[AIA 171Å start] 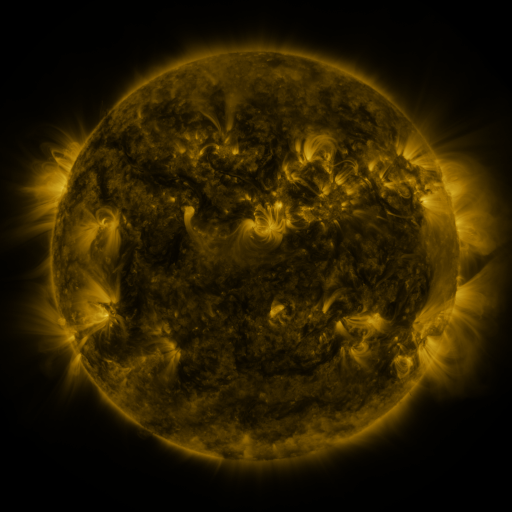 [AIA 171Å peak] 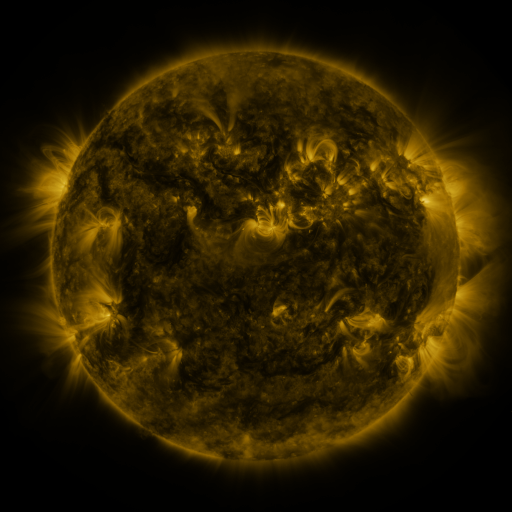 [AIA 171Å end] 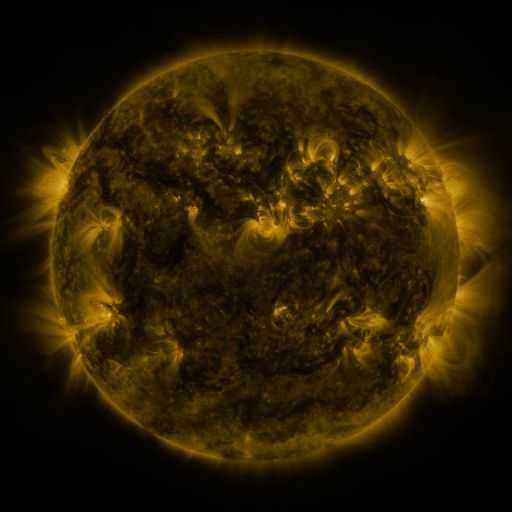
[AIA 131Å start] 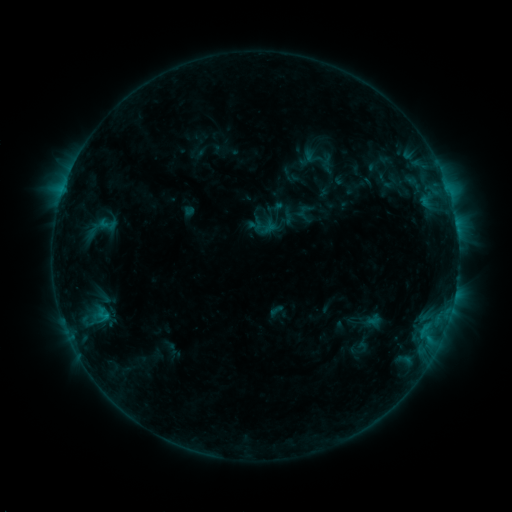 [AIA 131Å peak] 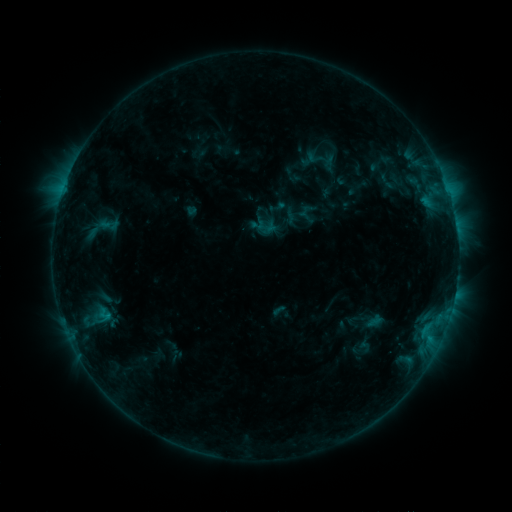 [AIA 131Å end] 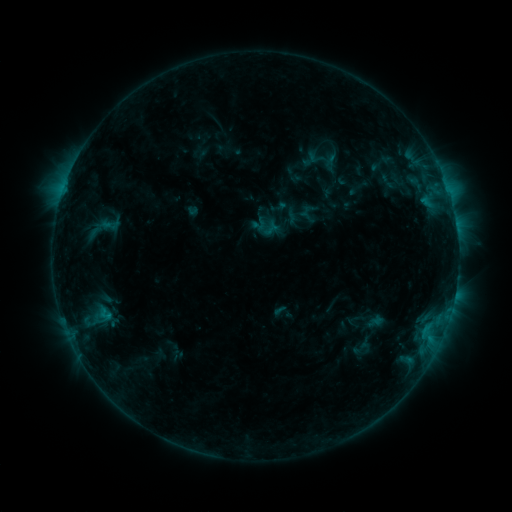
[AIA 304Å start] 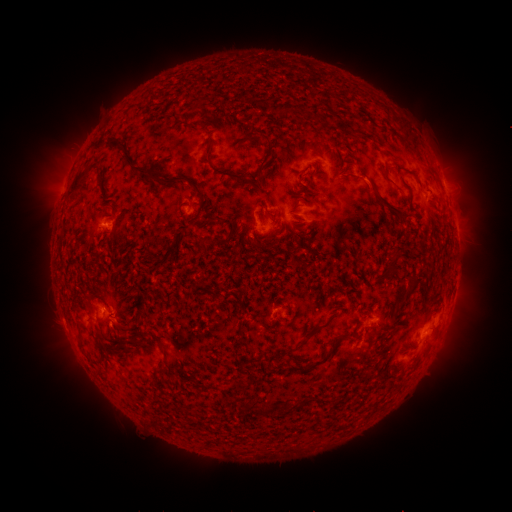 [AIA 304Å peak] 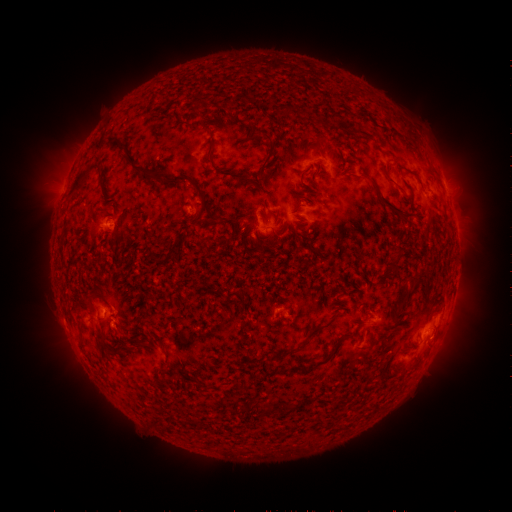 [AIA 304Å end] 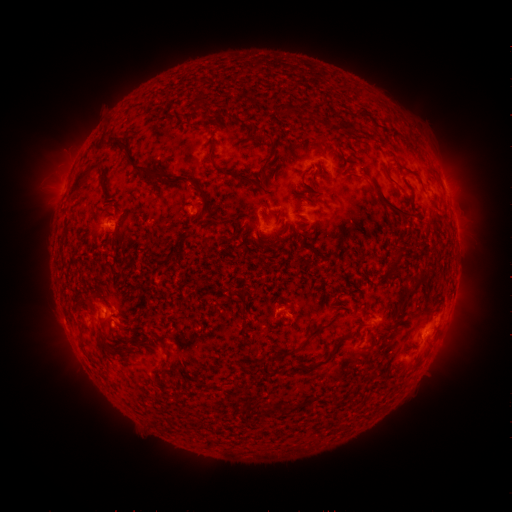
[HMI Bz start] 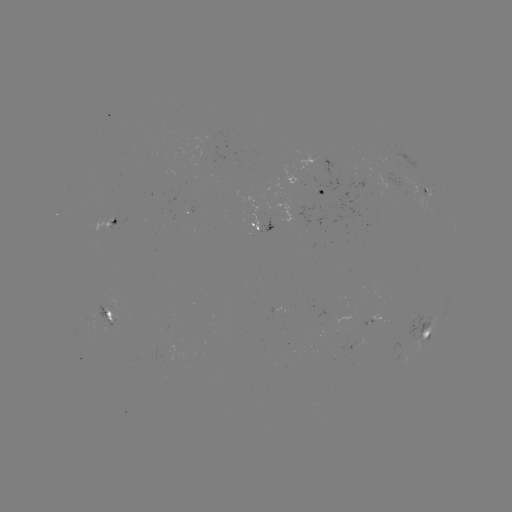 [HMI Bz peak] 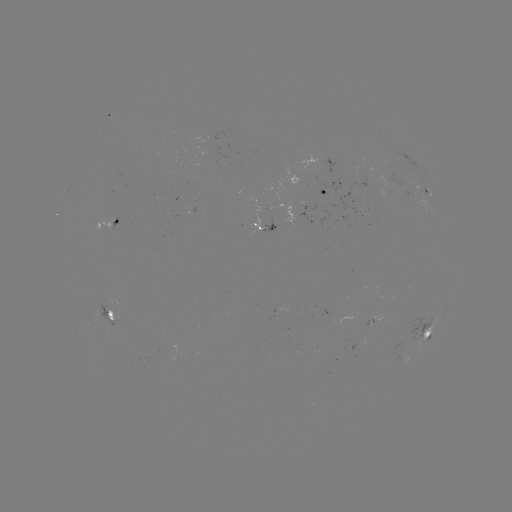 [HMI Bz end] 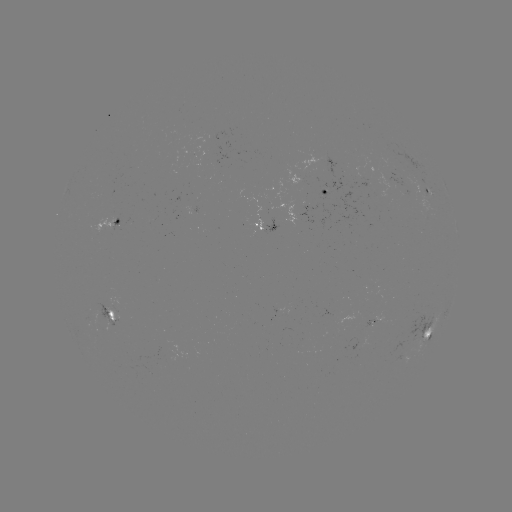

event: emerging-flux region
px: (106, 320)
